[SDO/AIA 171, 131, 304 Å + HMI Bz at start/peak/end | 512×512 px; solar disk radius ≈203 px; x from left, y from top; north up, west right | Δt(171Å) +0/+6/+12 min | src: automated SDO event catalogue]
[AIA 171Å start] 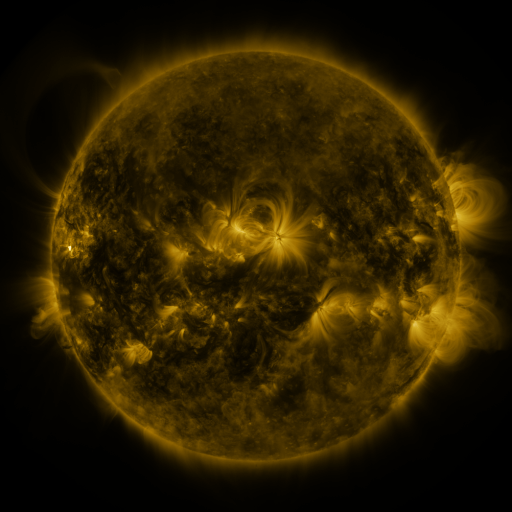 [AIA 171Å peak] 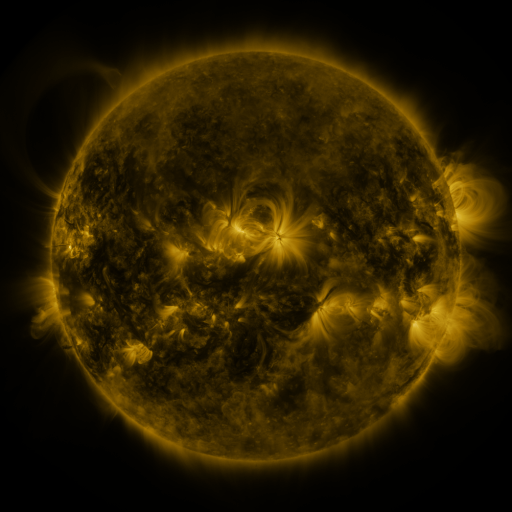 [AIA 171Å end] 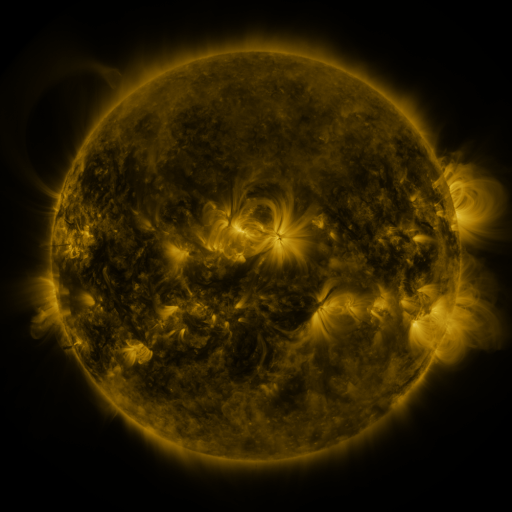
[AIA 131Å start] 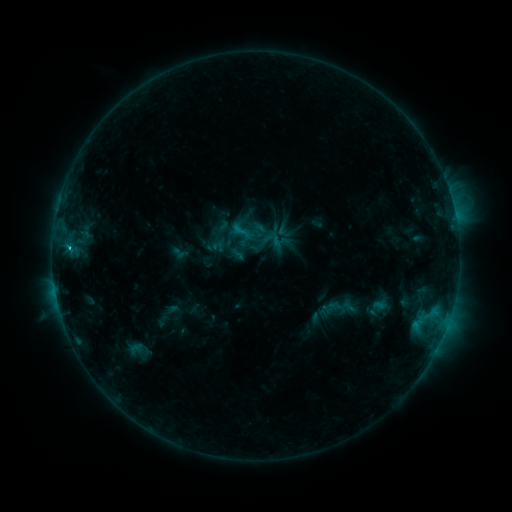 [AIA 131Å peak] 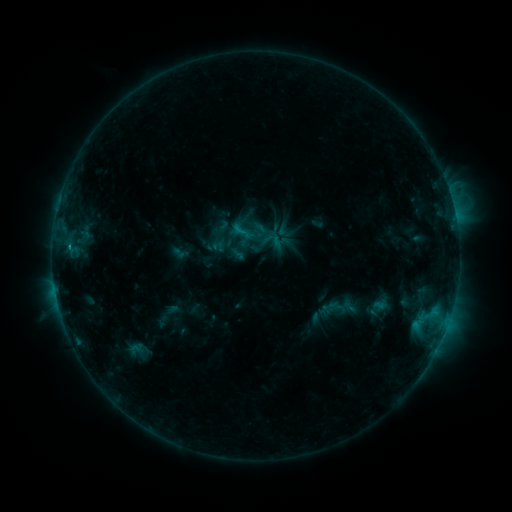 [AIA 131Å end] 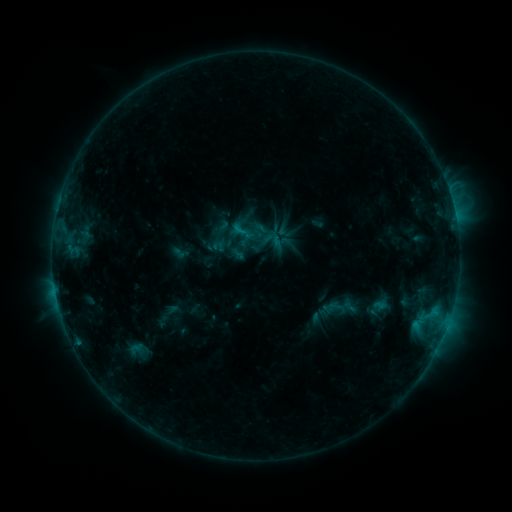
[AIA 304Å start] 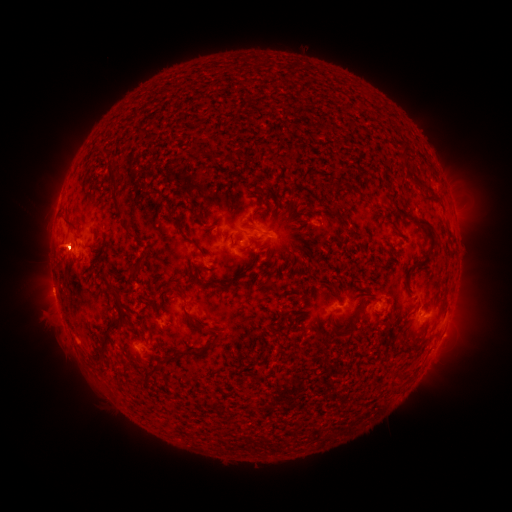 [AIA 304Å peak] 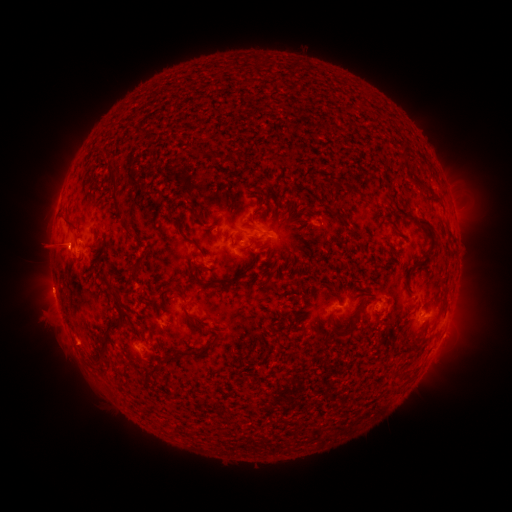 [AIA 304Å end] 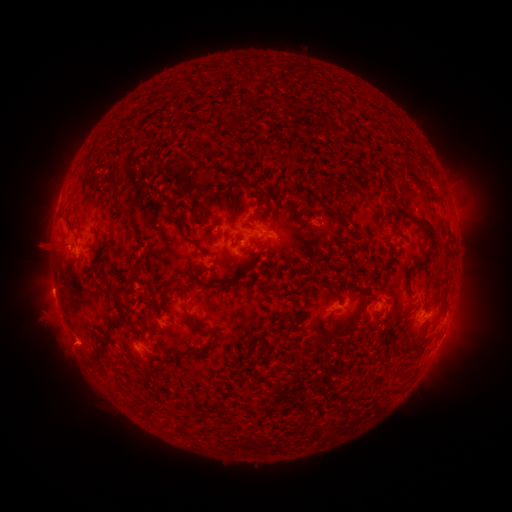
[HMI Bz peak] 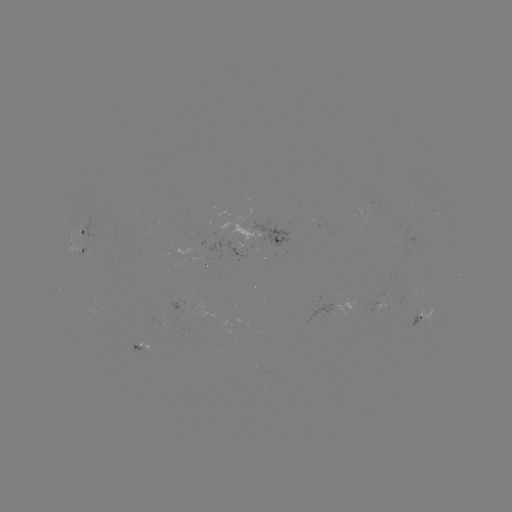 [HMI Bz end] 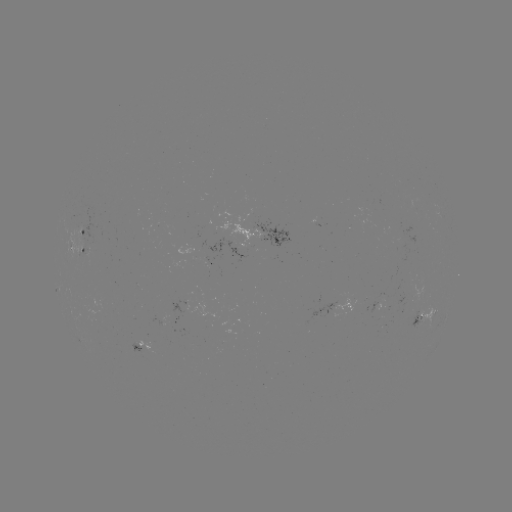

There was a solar eruption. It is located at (52, 261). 